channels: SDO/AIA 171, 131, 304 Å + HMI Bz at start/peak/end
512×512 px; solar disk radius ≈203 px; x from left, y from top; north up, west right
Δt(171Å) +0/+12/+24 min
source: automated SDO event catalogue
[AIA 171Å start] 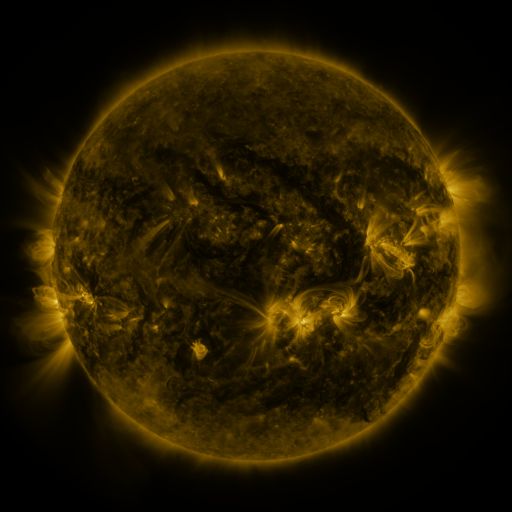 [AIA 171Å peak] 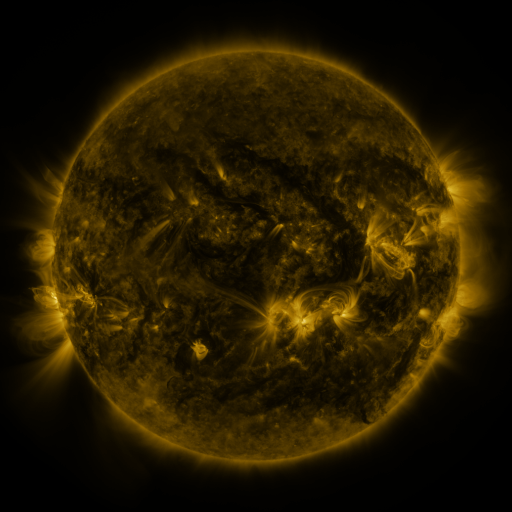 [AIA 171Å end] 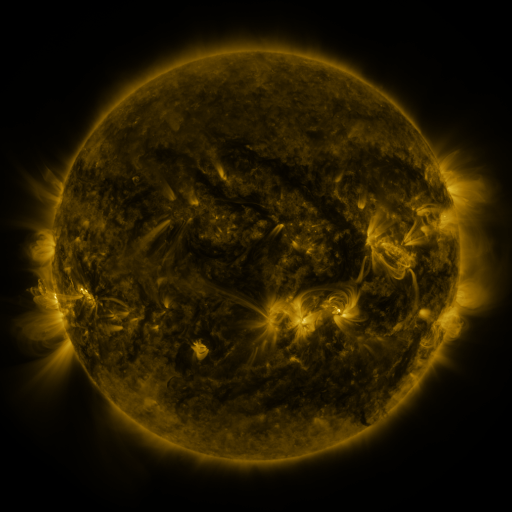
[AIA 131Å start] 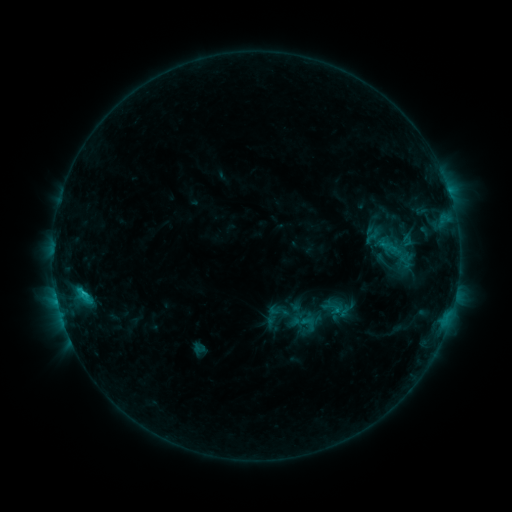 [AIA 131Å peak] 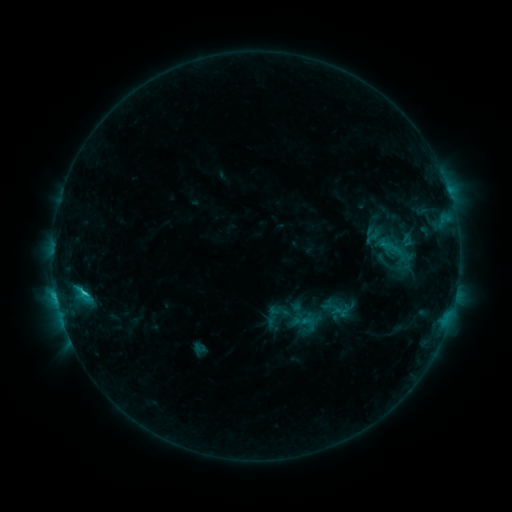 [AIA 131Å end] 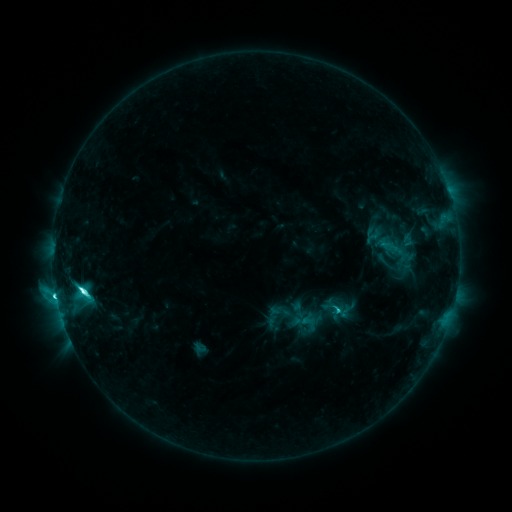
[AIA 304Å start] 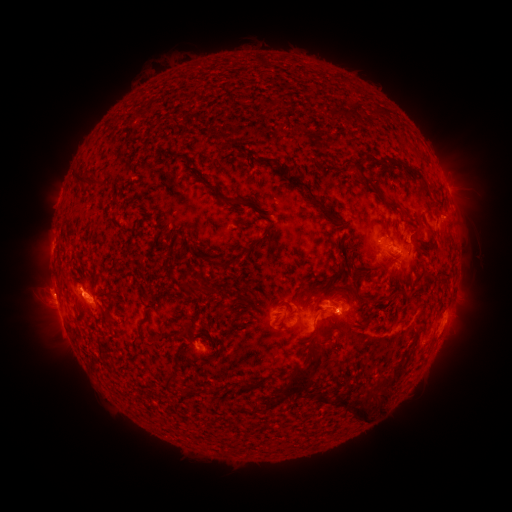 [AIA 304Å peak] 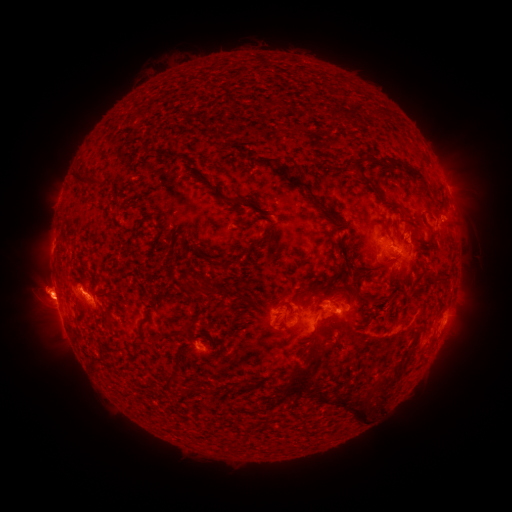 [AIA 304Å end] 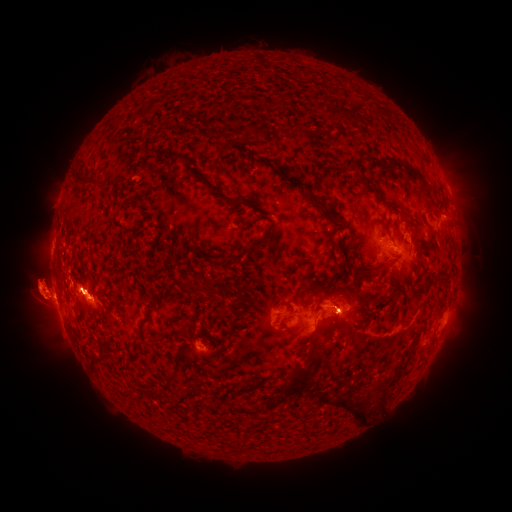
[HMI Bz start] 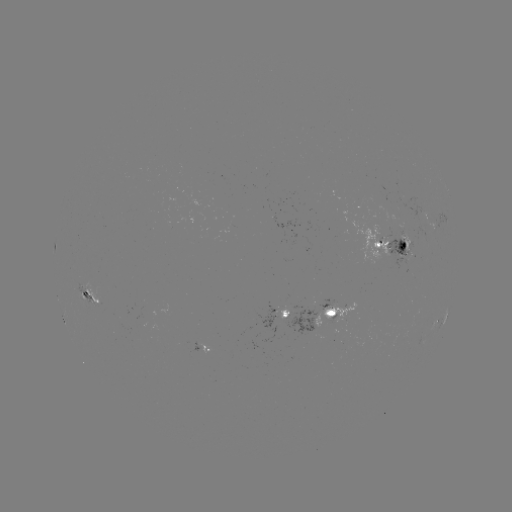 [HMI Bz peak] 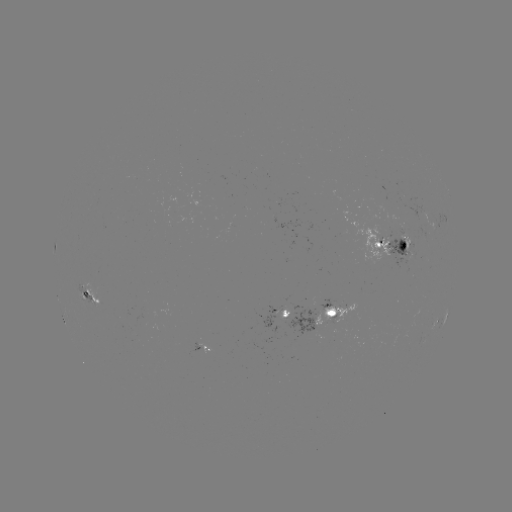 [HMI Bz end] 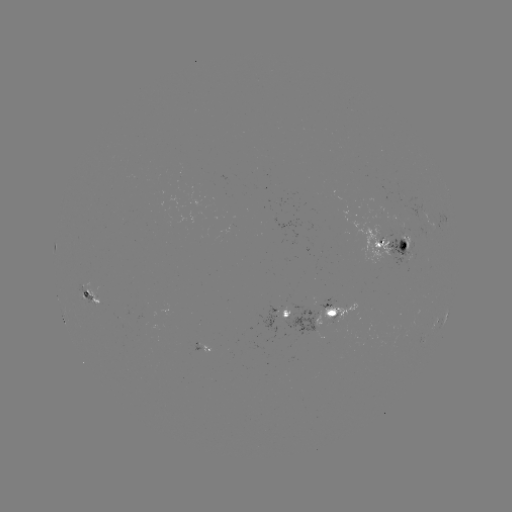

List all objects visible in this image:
eruption: (45, 290)
